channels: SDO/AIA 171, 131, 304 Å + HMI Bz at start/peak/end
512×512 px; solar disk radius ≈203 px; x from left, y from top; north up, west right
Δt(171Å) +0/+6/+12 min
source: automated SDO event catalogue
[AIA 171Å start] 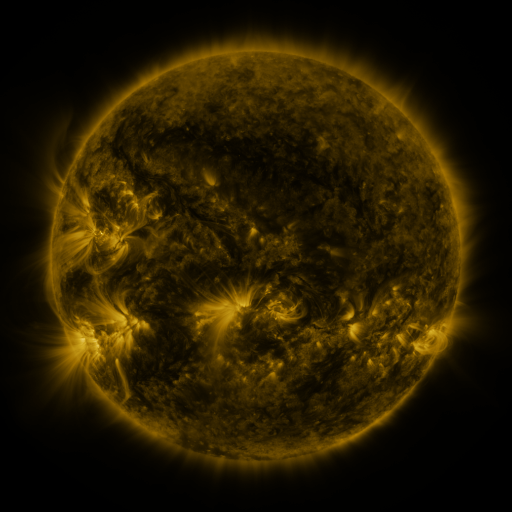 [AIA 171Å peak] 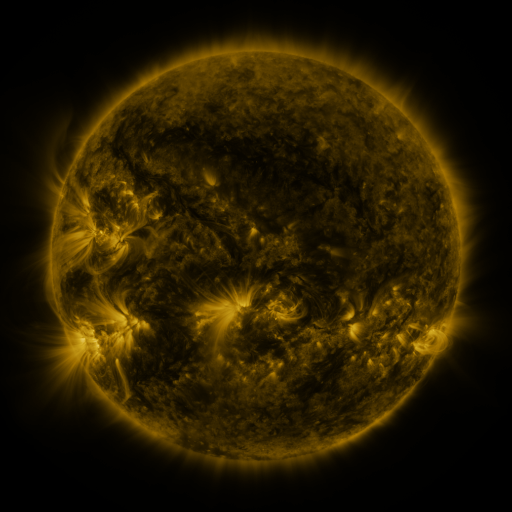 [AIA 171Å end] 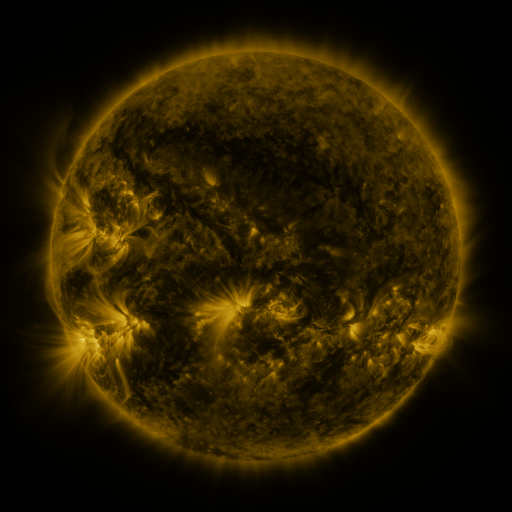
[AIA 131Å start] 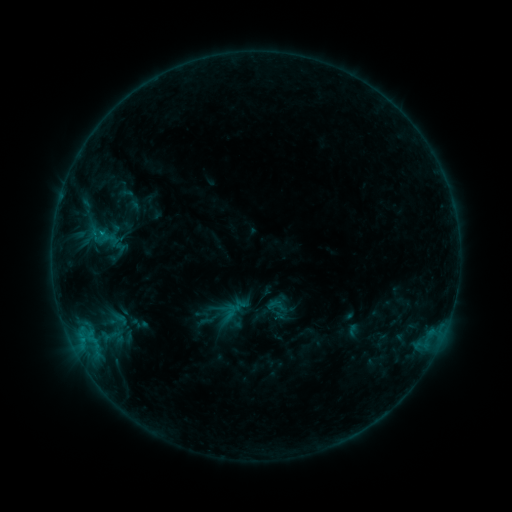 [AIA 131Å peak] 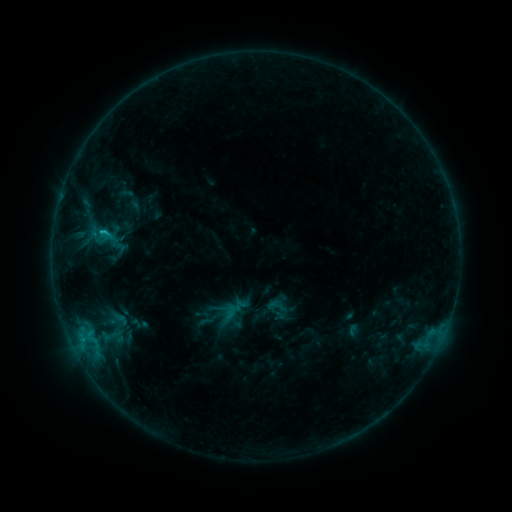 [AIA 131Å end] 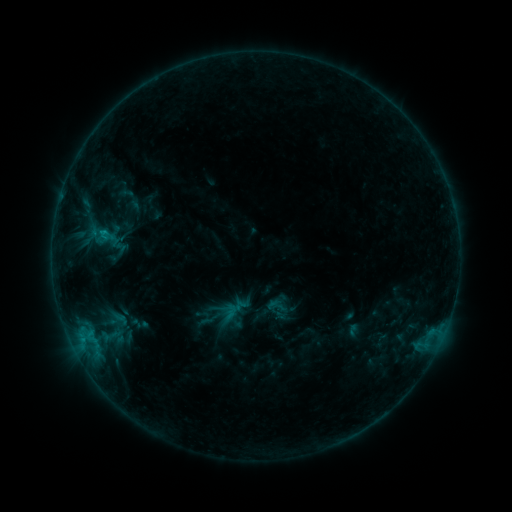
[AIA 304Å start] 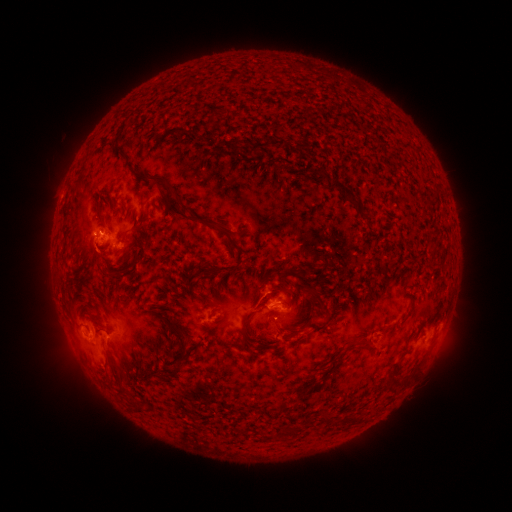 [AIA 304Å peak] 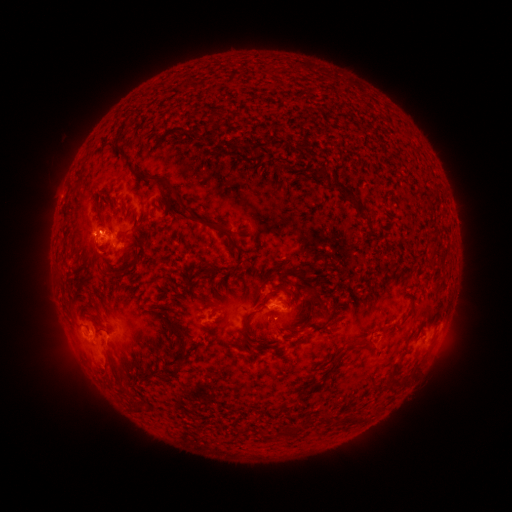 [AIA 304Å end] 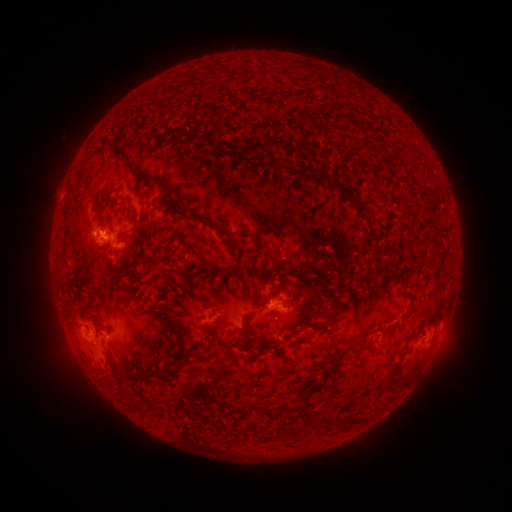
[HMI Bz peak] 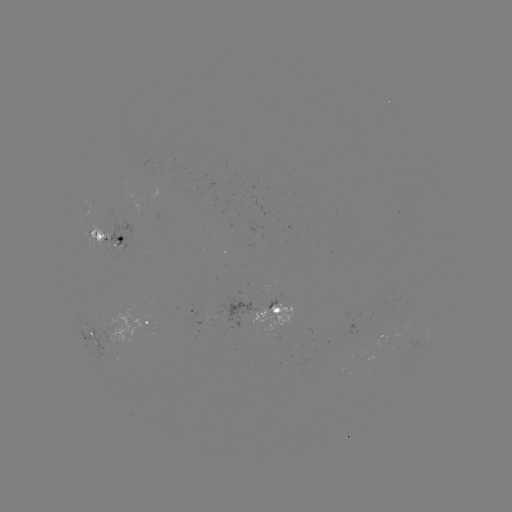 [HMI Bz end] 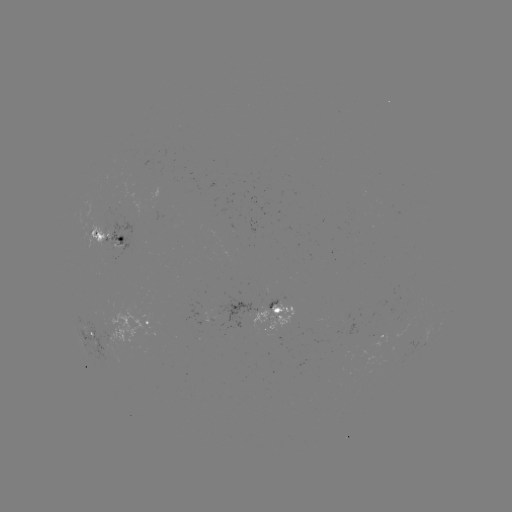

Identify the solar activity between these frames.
B9.6 flare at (102, 233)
